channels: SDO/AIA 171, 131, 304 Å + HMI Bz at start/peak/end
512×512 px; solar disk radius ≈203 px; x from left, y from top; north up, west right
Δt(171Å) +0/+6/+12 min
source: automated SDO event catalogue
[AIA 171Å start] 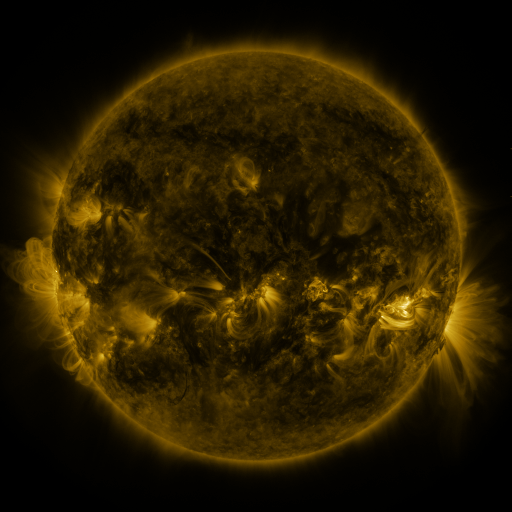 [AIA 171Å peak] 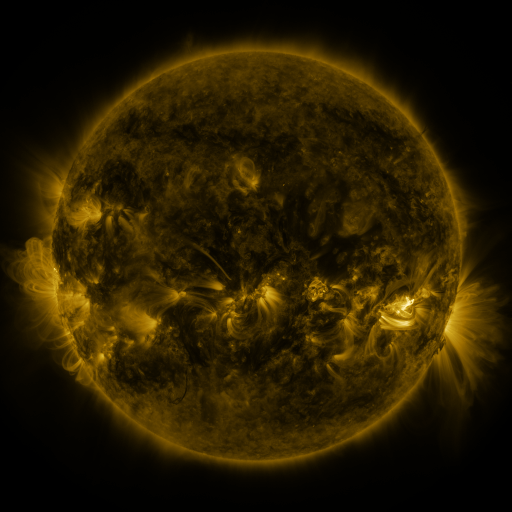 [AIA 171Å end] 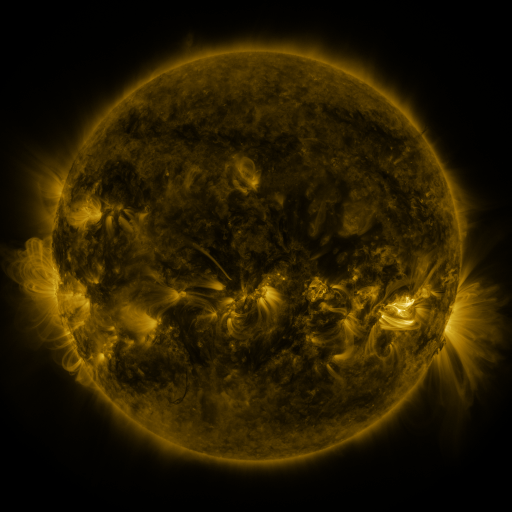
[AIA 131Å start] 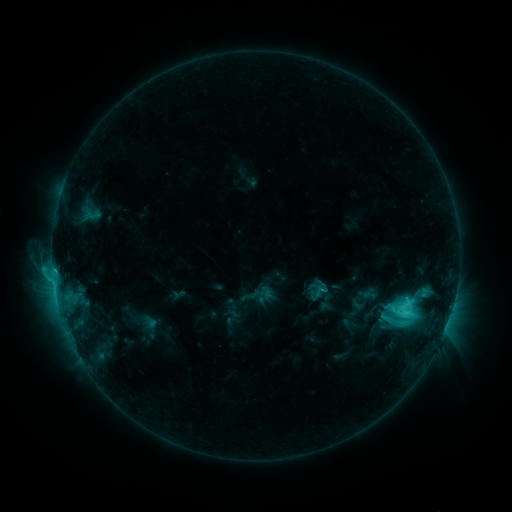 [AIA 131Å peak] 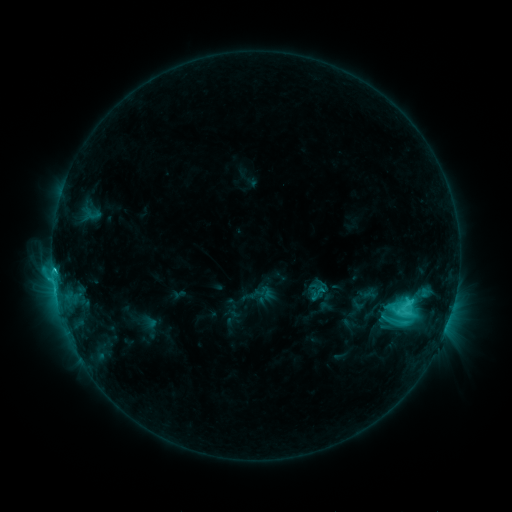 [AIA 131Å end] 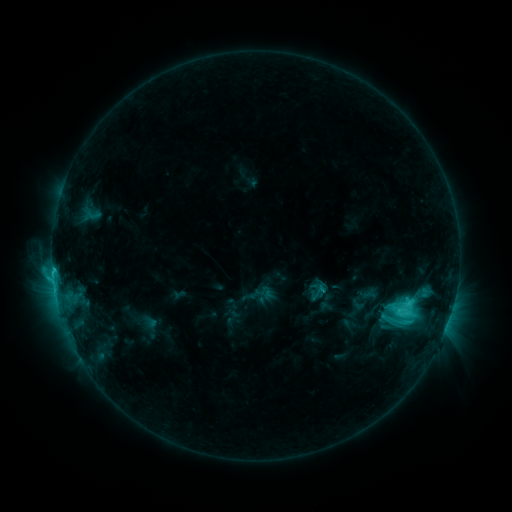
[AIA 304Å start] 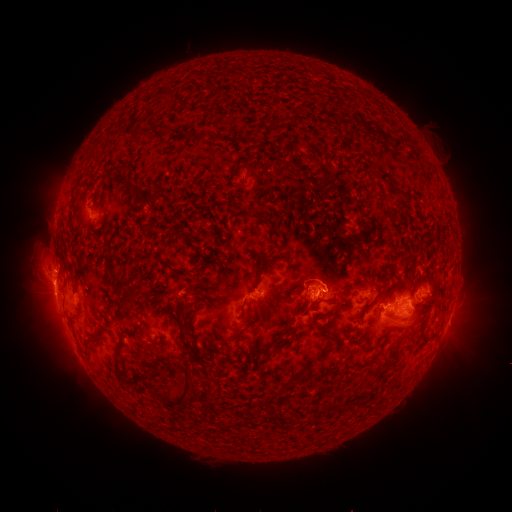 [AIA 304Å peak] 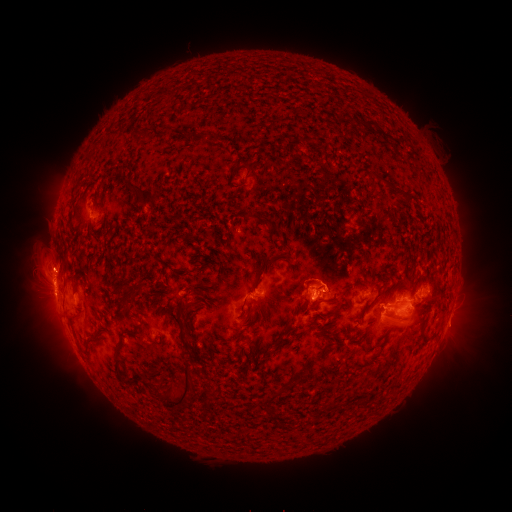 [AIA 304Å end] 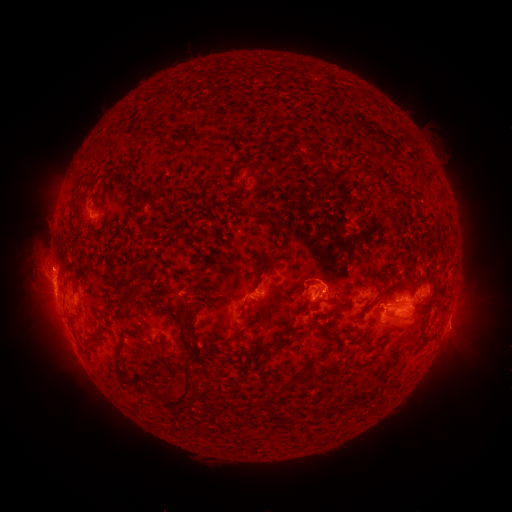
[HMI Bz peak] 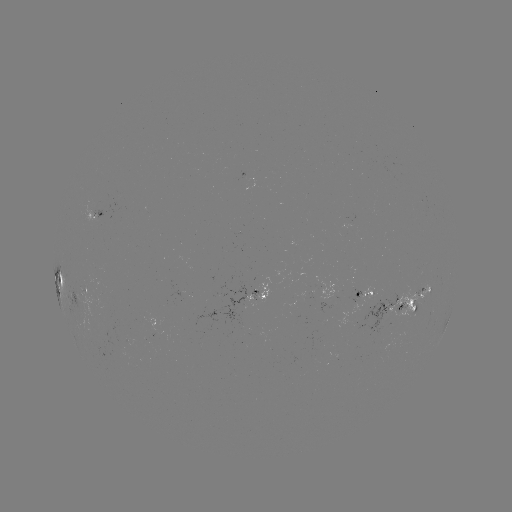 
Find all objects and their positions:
eruption: (52, 261)
